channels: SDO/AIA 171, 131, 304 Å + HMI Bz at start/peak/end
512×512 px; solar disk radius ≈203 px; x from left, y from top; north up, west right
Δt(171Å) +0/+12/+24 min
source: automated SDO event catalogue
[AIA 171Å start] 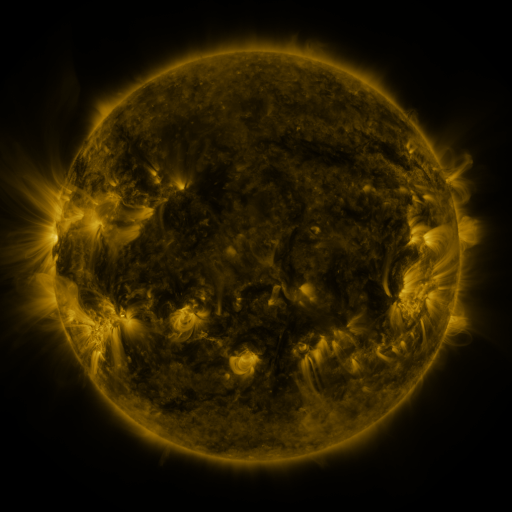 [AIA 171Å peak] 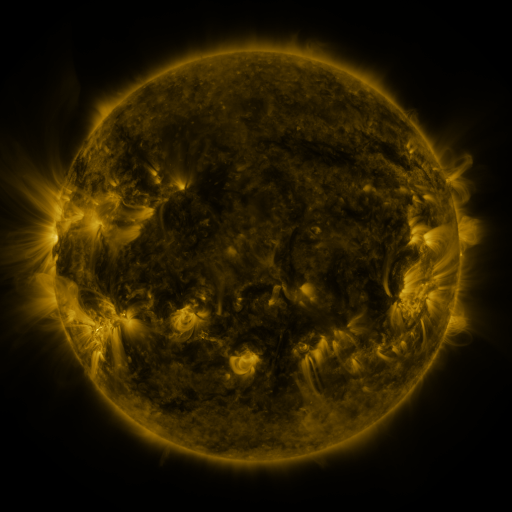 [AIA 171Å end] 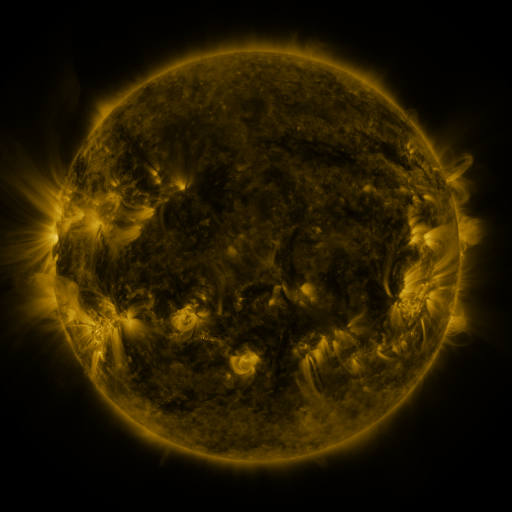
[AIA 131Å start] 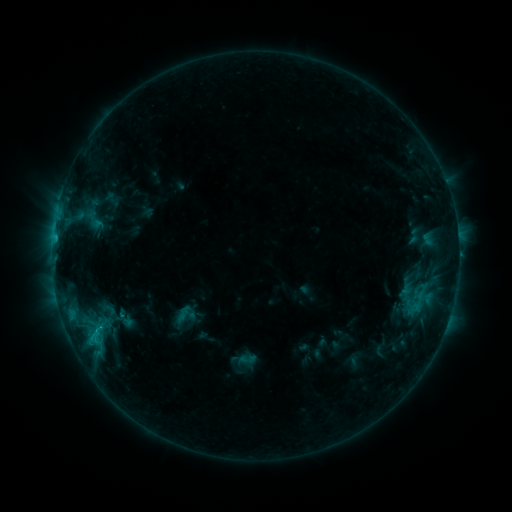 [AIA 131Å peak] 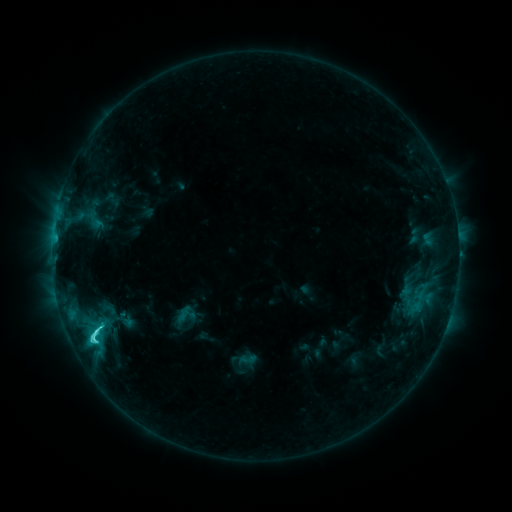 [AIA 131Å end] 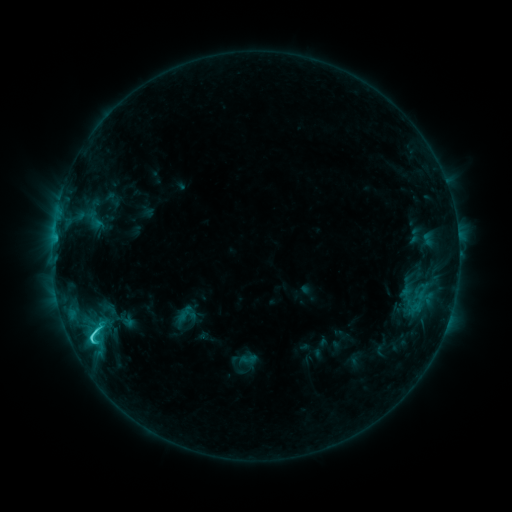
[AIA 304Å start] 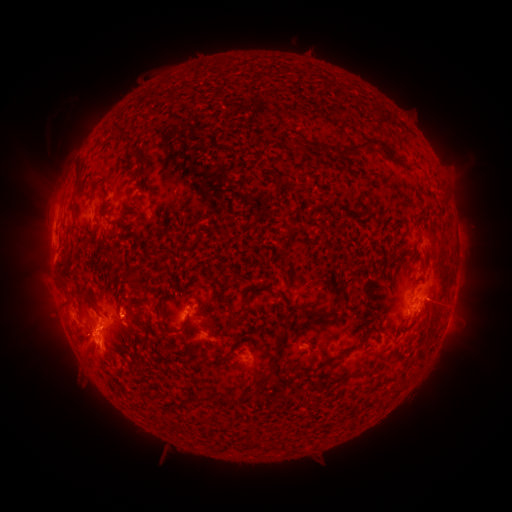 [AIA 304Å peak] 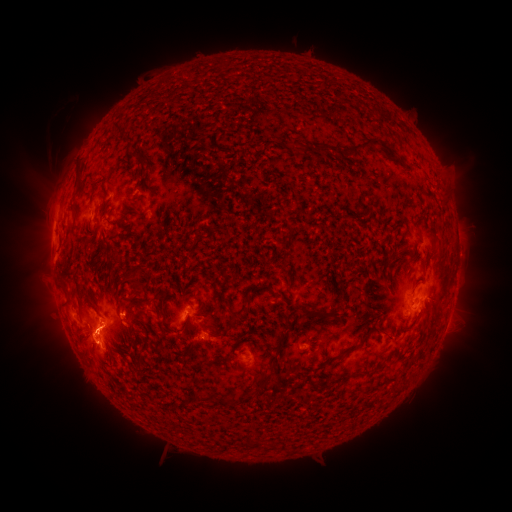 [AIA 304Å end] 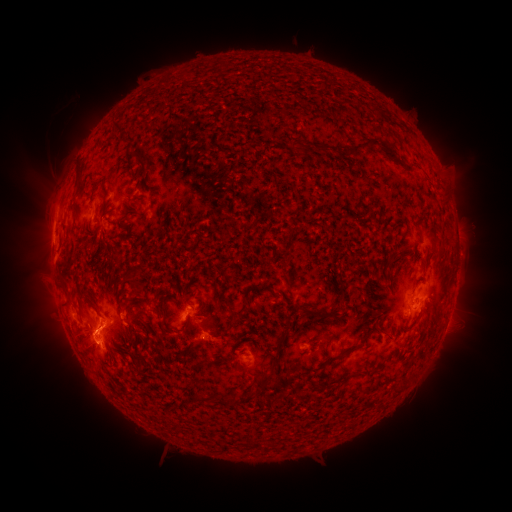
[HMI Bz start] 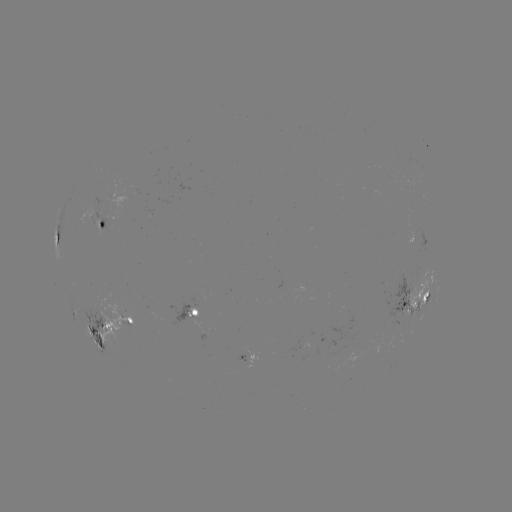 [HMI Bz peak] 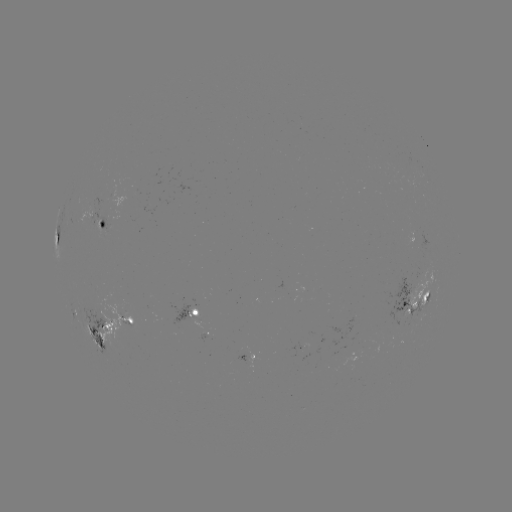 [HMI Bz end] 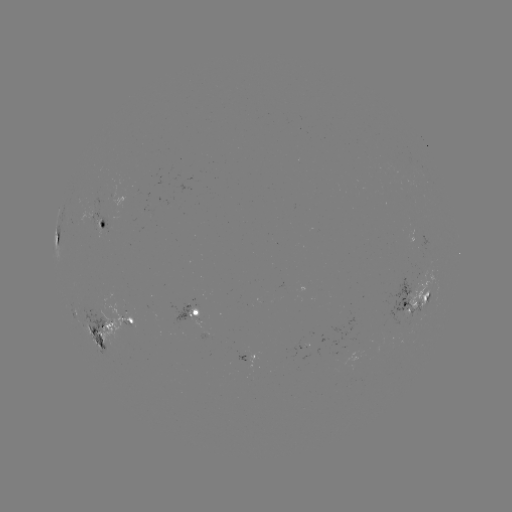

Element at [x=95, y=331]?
C4.5 flare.